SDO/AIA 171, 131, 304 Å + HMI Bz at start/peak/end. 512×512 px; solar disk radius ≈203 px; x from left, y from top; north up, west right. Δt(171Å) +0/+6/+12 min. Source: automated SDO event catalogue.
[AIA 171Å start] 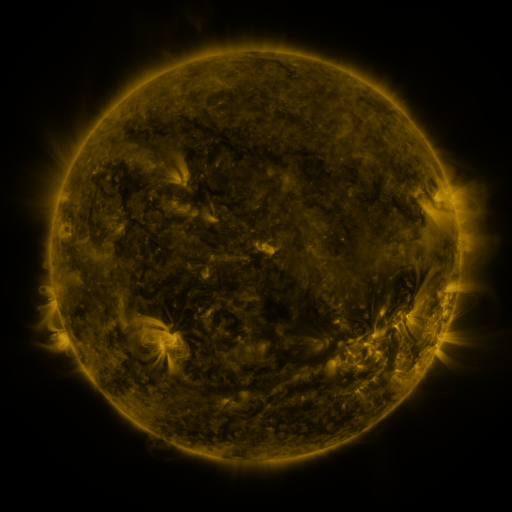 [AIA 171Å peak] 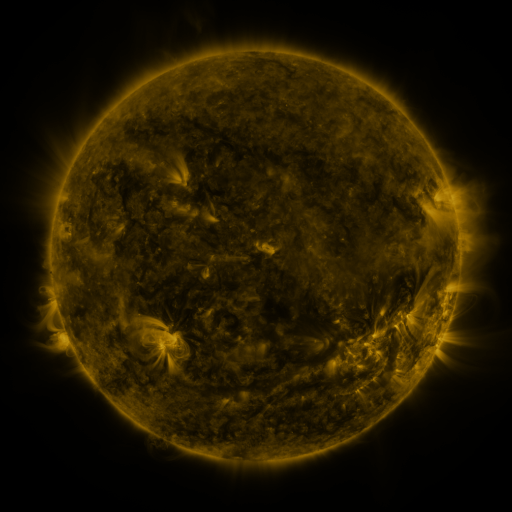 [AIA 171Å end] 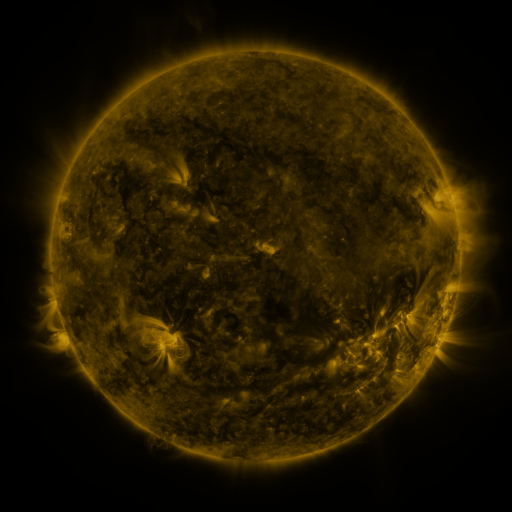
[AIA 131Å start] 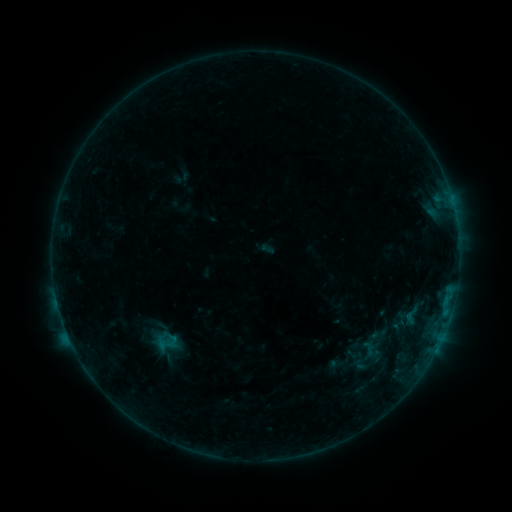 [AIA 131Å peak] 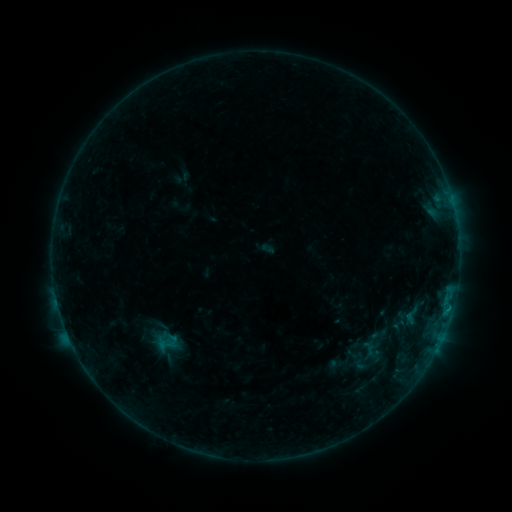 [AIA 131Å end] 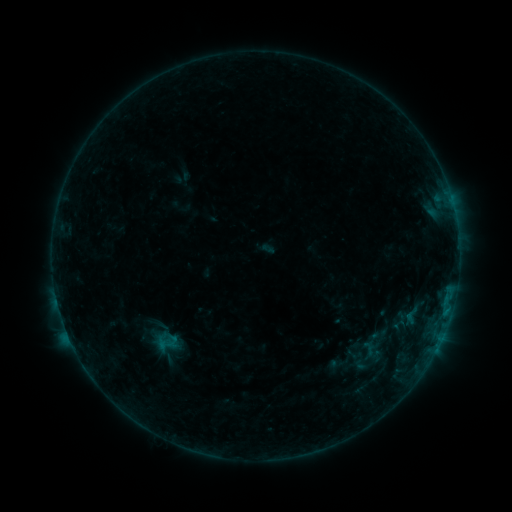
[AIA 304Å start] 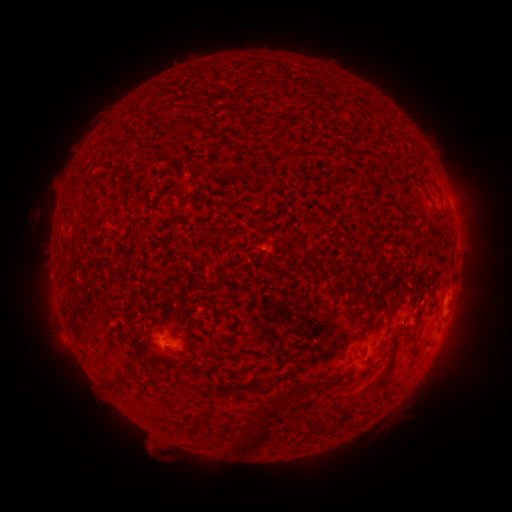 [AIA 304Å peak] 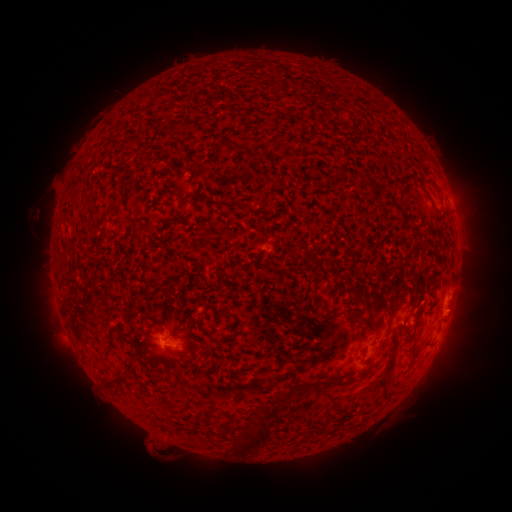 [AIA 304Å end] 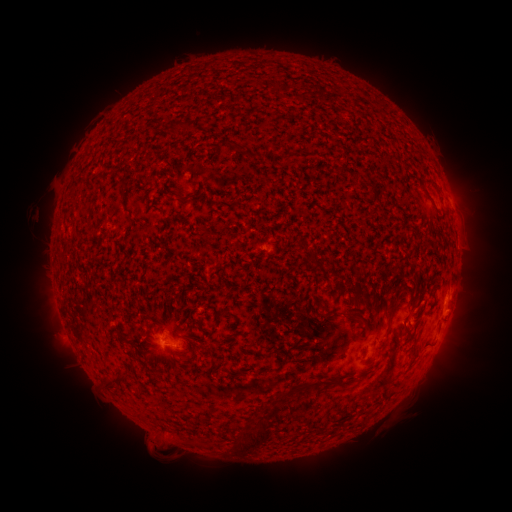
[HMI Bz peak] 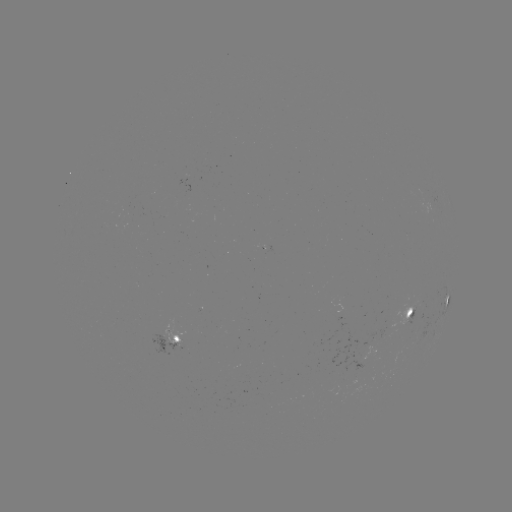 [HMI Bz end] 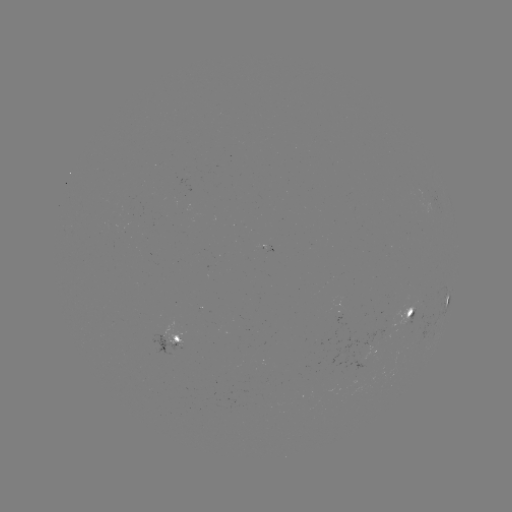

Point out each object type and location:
B3.0 flare: (449, 306)
